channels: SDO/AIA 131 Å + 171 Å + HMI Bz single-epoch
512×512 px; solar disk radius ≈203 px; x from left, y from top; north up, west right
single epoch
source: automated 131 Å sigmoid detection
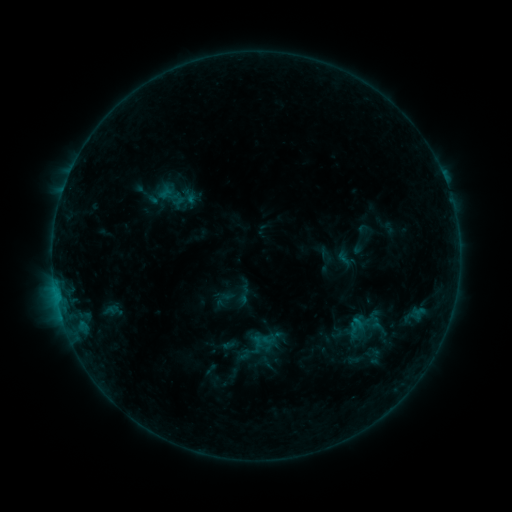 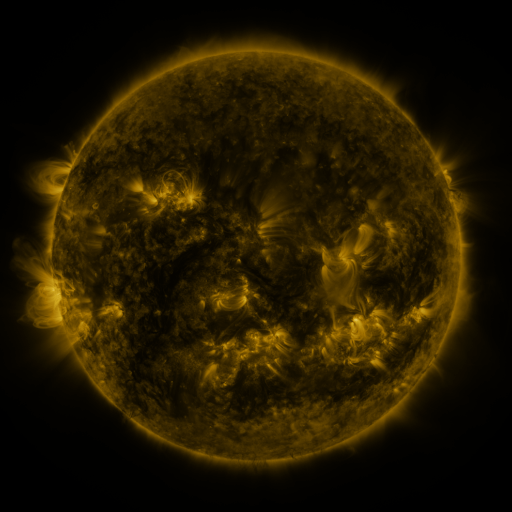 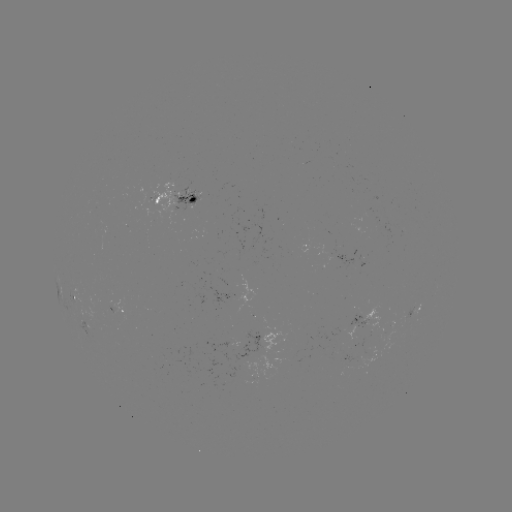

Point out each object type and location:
sigmoid: (234, 284, 255, 305)
sigmoid: (346, 316, 366, 336)
